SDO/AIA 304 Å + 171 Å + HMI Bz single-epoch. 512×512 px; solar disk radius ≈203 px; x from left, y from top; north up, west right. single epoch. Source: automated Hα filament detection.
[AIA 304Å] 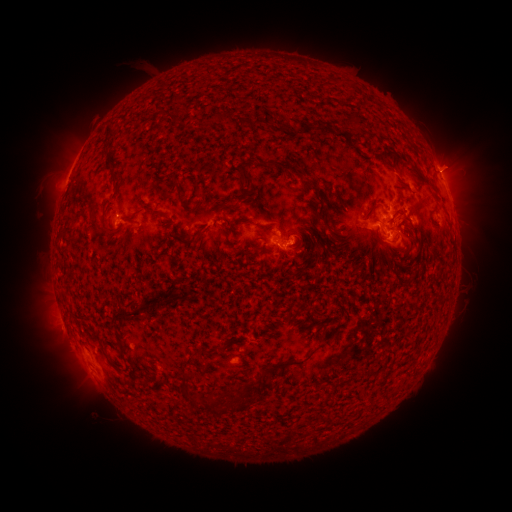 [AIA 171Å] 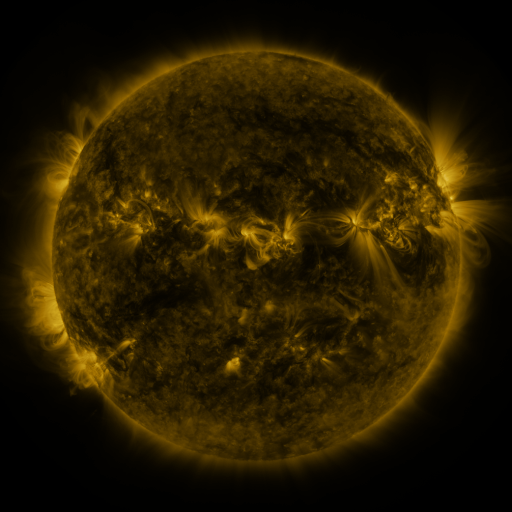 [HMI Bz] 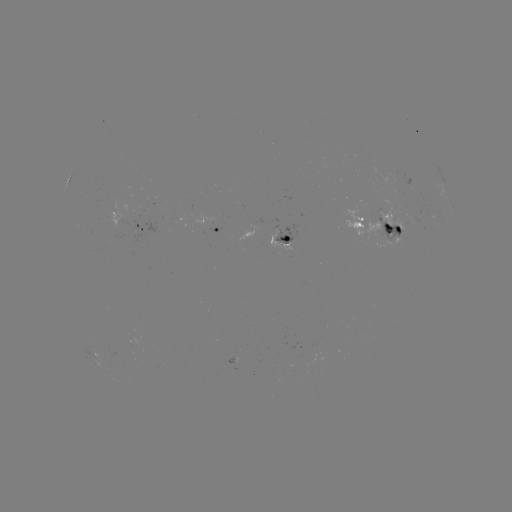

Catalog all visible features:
filament: (206, 110, 231, 124)
filament: (348, 111, 362, 134)
filament: (105, 124, 115, 138)
filament: (336, 131, 347, 139)
filament: (349, 145, 363, 154)
filament: (268, 159, 311, 183)
filament: (387, 161, 396, 171)
filament: (410, 165, 436, 189)
filament: (238, 171, 254, 201)
filament: (111, 172, 118, 181)
filament: (169, 174, 192, 213)
filament: (193, 189, 202, 198)
filament: (221, 201, 235, 209)
filament: (363, 202, 379, 219)
filament: (153, 210, 165, 218)
filament: (315, 211, 333, 231)
filament: (428, 215, 438, 228)
filament: (99, 220, 117, 236)
filament: (84, 224, 92, 233)
filament: (126, 226, 135, 236)
filament: (171, 235, 201, 245)
filament: (314, 246, 322, 262)
filament: (165, 297, 176, 307)
filament: (110, 304, 151, 324)
filament: (319, 332, 326, 342)
filament: (118, 341, 126, 357)
filament: (261, 351, 314, 377)
filament: (105, 354, 118, 369)
filament: (179, 370, 201, 406)
filament: (212, 392, 250, 414)
filament: (206, 393, 229, 409)
